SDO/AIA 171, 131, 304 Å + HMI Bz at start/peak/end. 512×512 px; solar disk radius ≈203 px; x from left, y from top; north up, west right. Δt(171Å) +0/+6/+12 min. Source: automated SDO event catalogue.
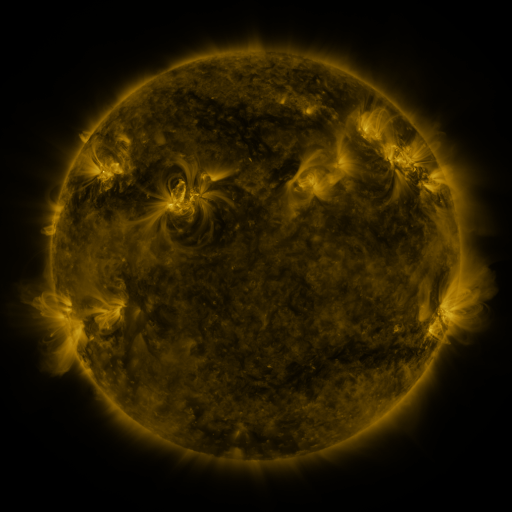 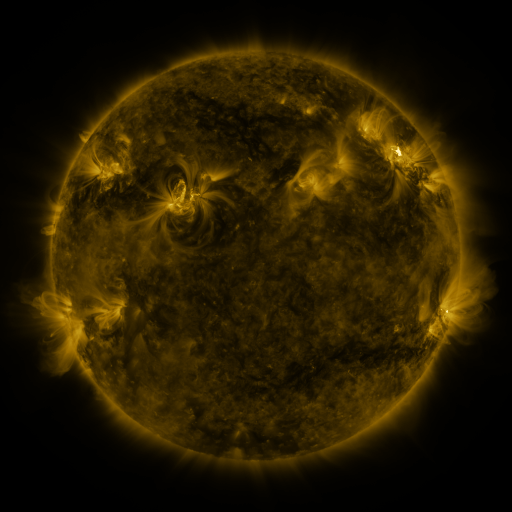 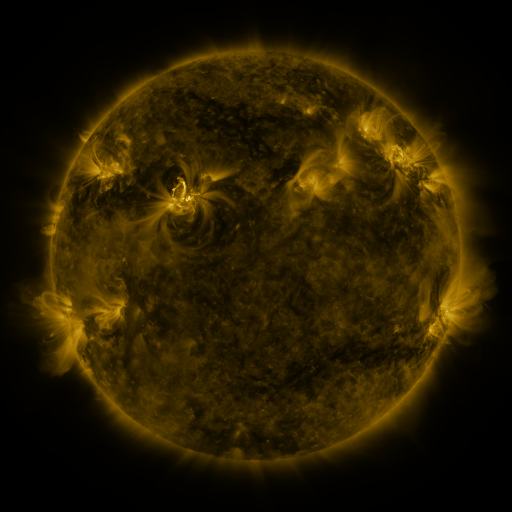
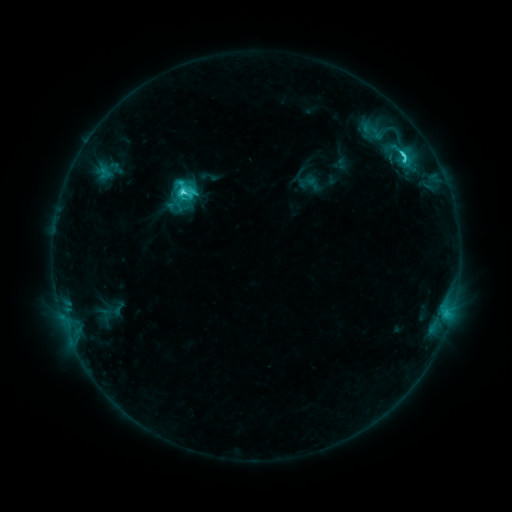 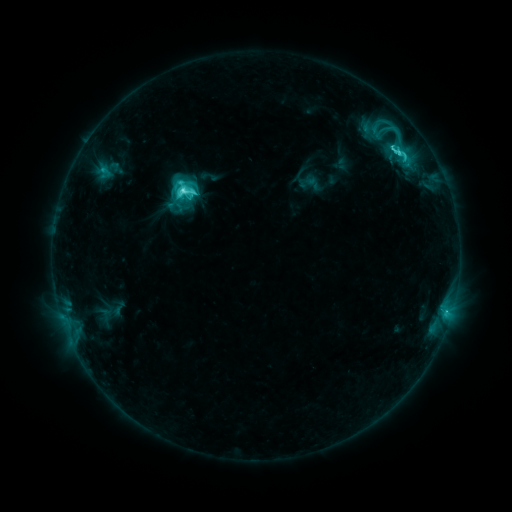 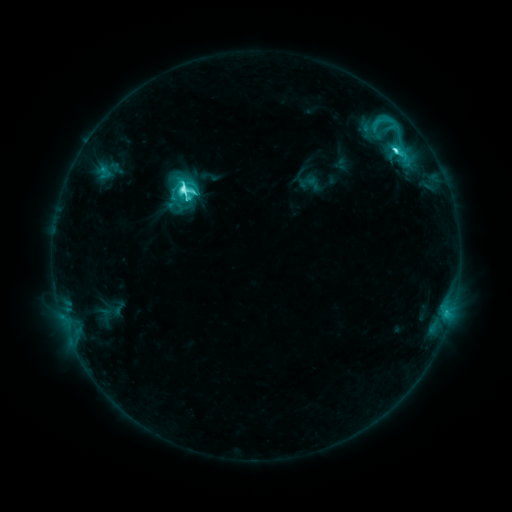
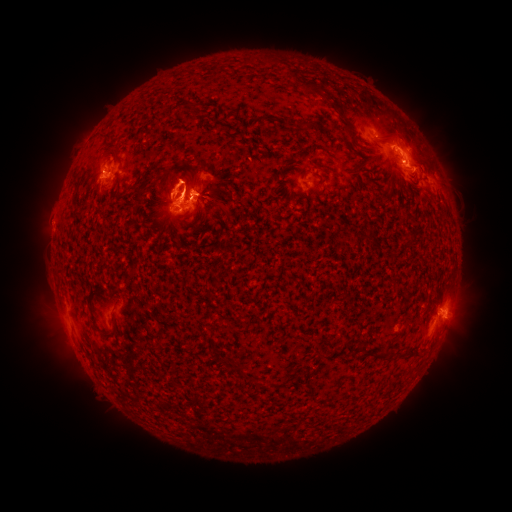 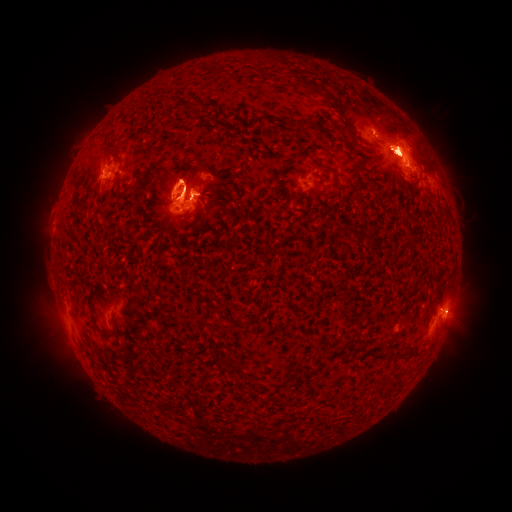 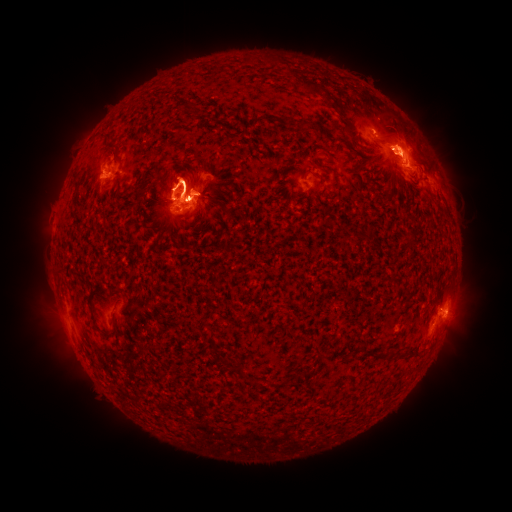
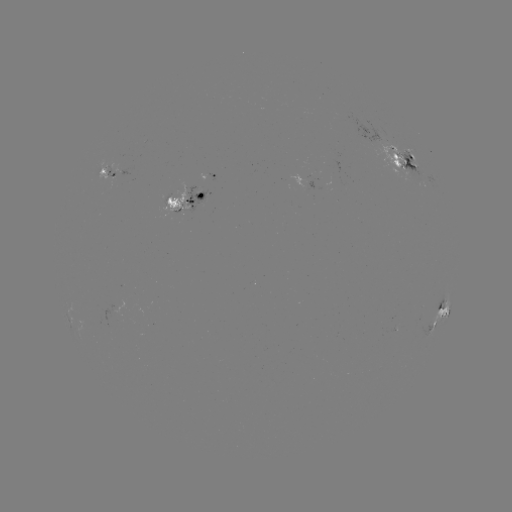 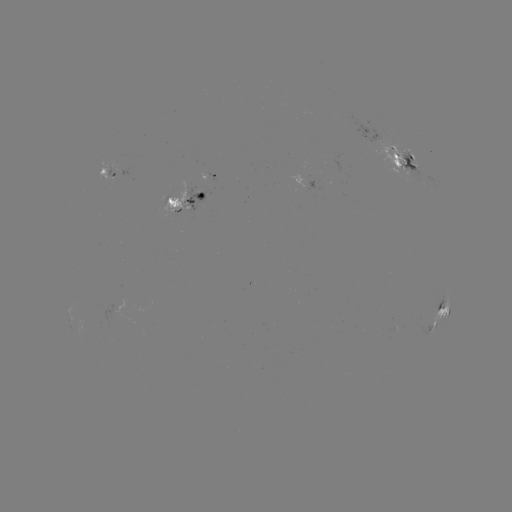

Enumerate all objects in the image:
eruption: (459, 320)
